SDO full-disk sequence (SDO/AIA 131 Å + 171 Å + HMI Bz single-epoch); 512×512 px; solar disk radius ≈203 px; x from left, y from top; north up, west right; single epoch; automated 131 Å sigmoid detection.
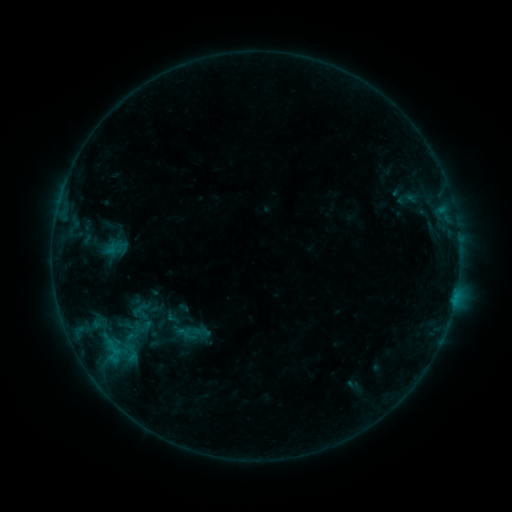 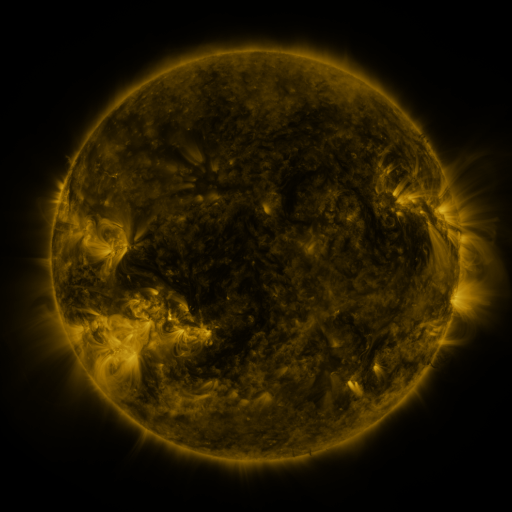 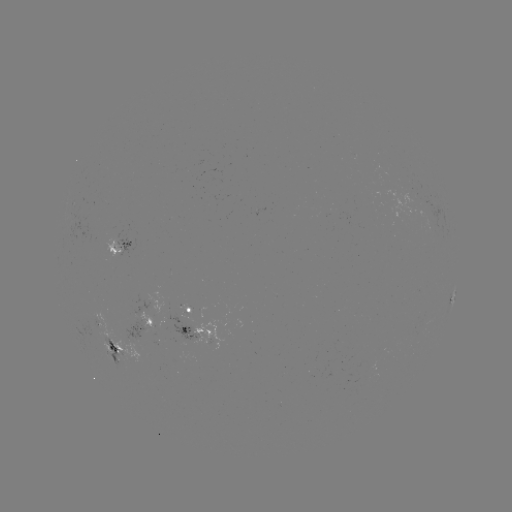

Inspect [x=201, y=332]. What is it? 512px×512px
sigmoid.